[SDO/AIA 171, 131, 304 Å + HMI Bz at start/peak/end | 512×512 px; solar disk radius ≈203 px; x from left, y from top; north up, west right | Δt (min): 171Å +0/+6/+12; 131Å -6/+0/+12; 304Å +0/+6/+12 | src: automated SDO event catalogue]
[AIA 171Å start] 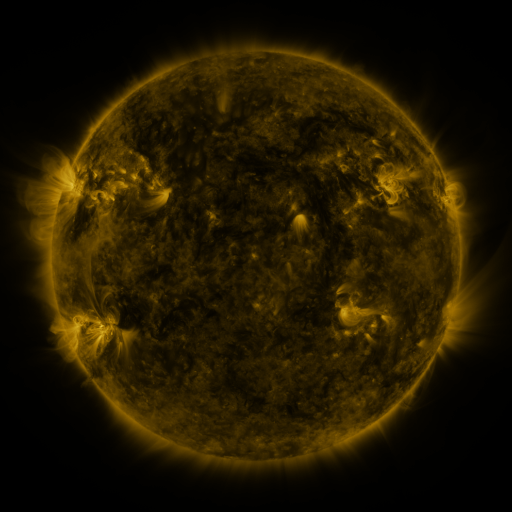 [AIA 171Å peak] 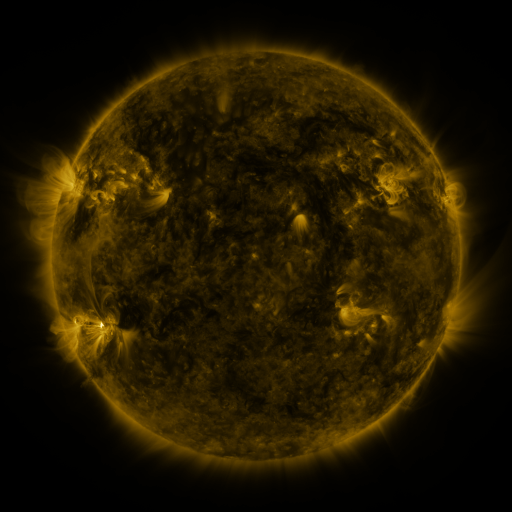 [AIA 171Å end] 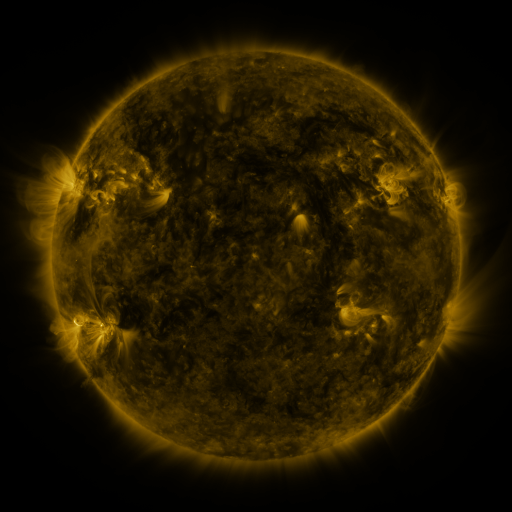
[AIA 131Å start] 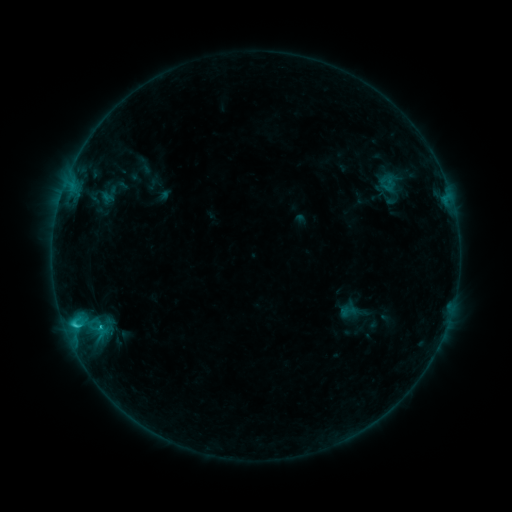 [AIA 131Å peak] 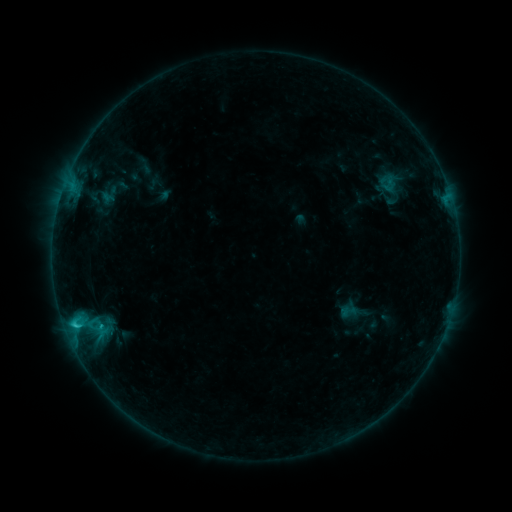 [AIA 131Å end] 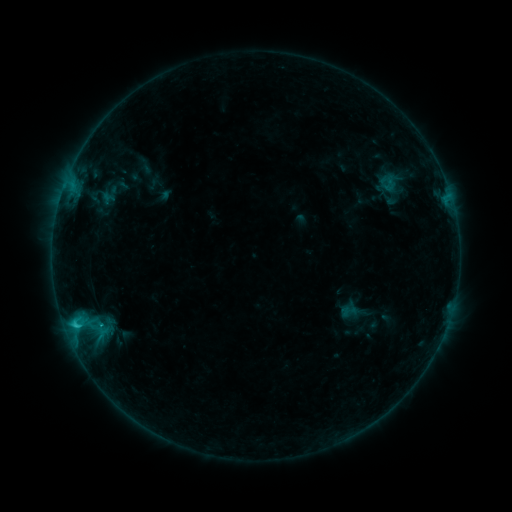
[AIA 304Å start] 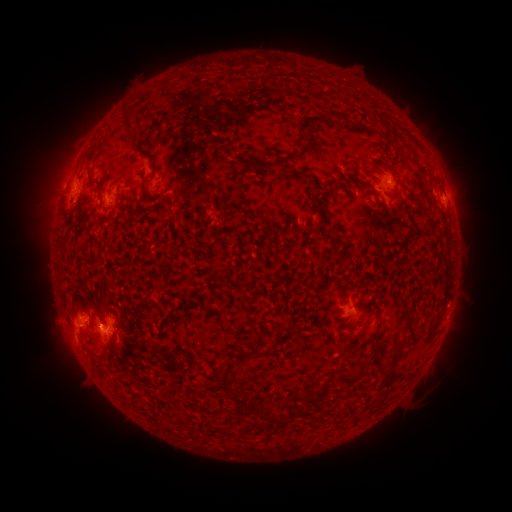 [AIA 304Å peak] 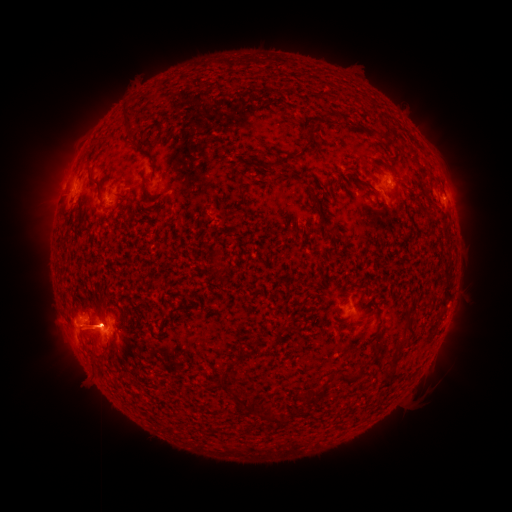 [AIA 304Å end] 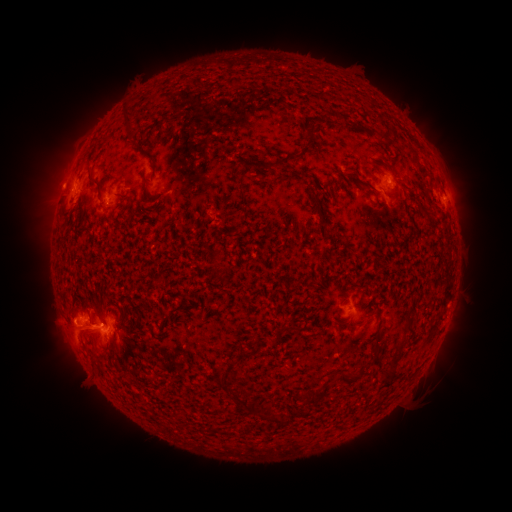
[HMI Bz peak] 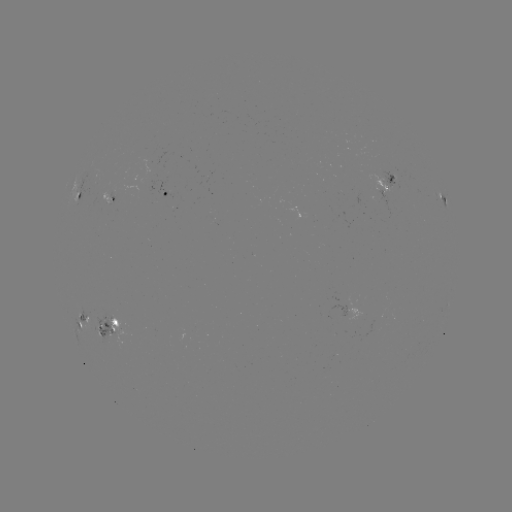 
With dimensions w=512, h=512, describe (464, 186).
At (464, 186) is eruption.